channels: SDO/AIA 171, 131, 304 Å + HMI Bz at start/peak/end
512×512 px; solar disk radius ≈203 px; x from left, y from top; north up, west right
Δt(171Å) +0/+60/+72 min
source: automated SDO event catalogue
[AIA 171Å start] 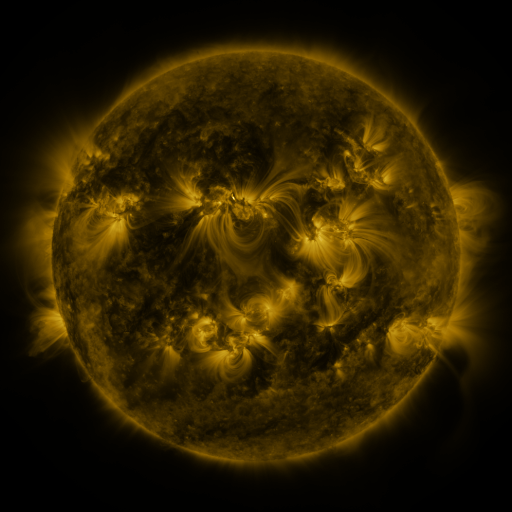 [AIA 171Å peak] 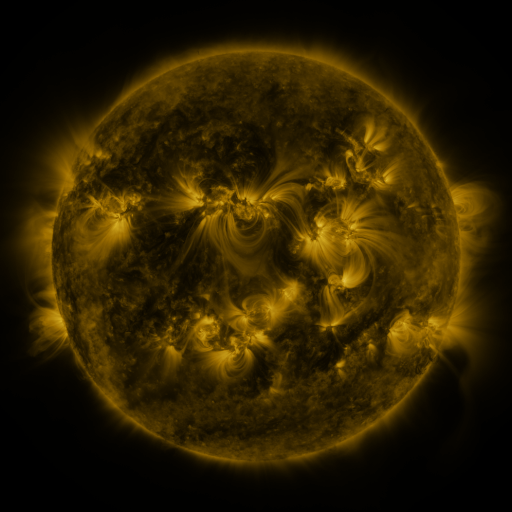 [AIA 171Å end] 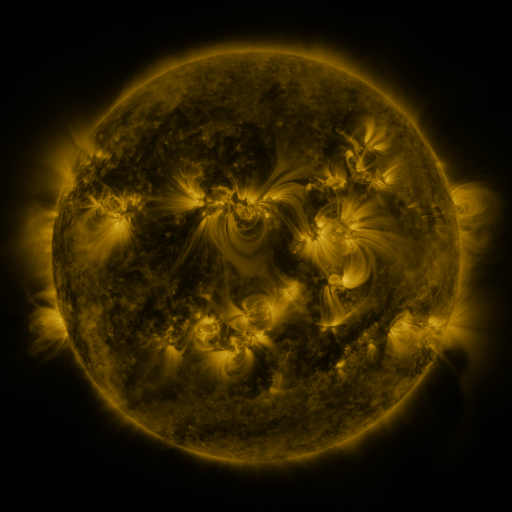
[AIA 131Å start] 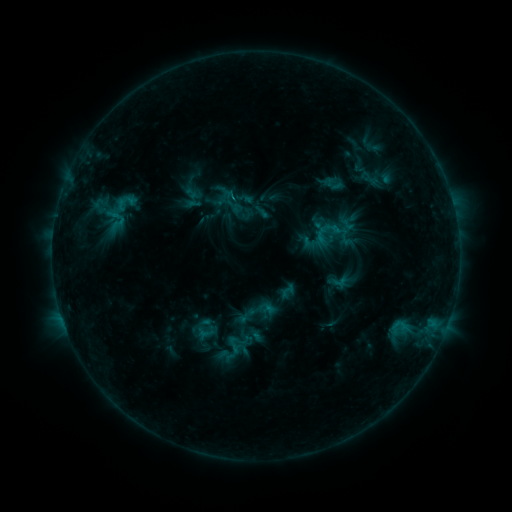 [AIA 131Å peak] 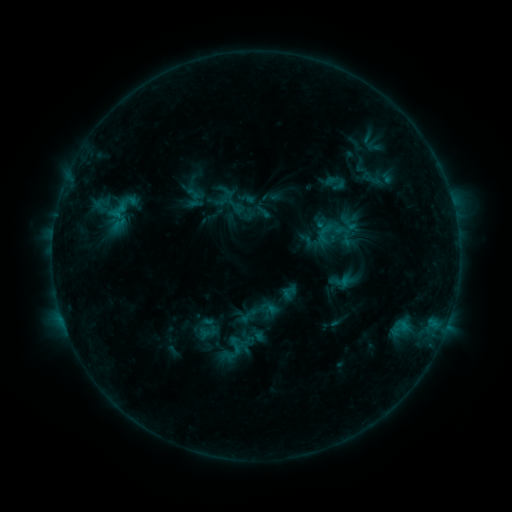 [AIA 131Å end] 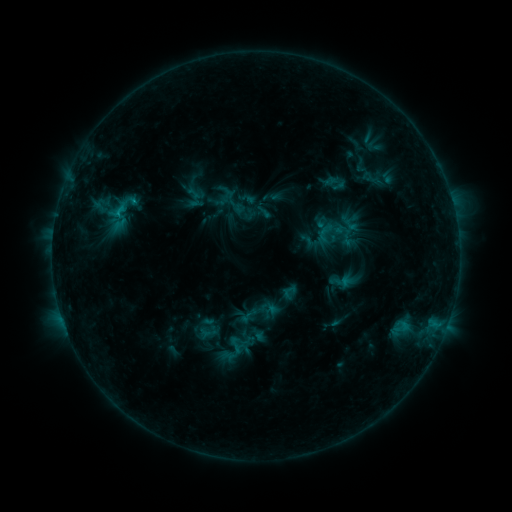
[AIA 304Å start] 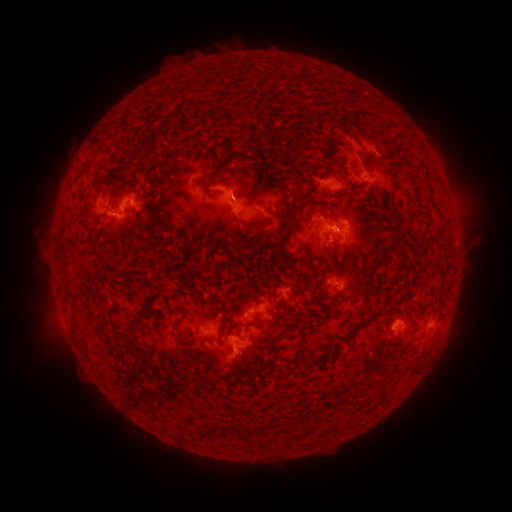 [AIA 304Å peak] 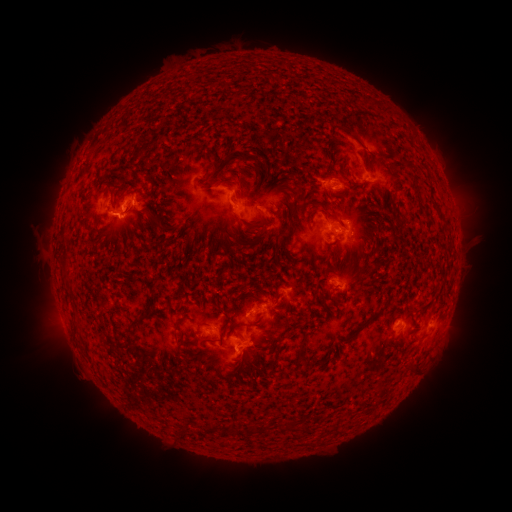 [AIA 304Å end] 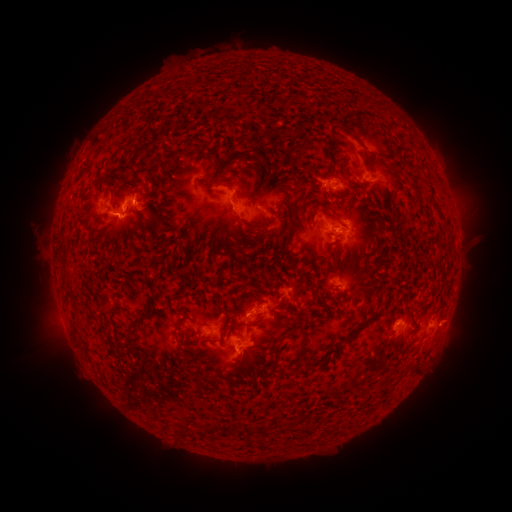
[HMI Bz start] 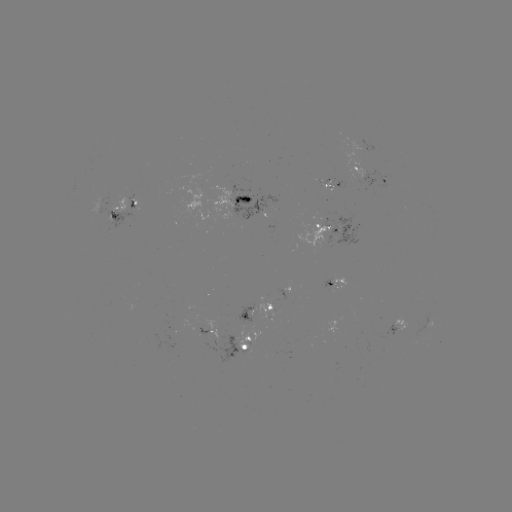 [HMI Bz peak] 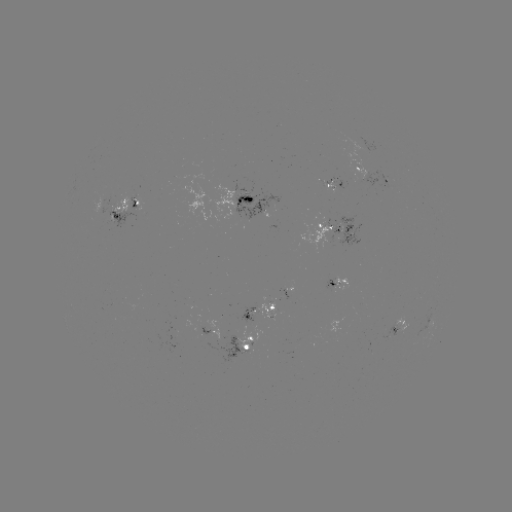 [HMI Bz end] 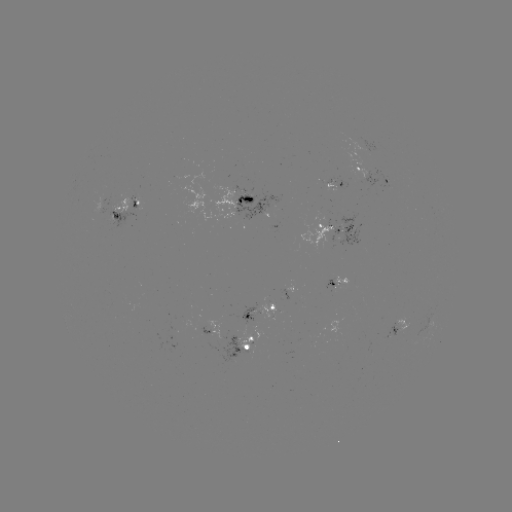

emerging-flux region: [298, 220, 337, 252]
